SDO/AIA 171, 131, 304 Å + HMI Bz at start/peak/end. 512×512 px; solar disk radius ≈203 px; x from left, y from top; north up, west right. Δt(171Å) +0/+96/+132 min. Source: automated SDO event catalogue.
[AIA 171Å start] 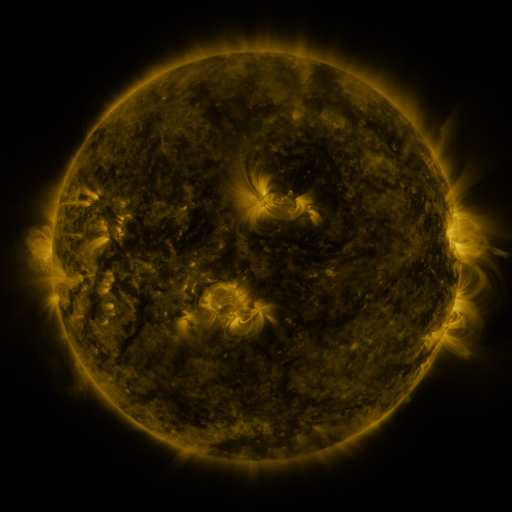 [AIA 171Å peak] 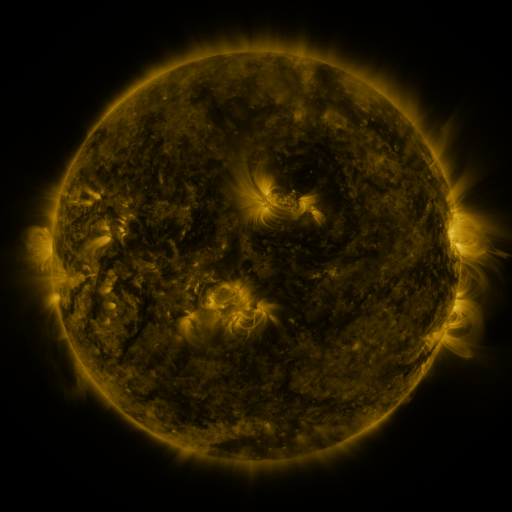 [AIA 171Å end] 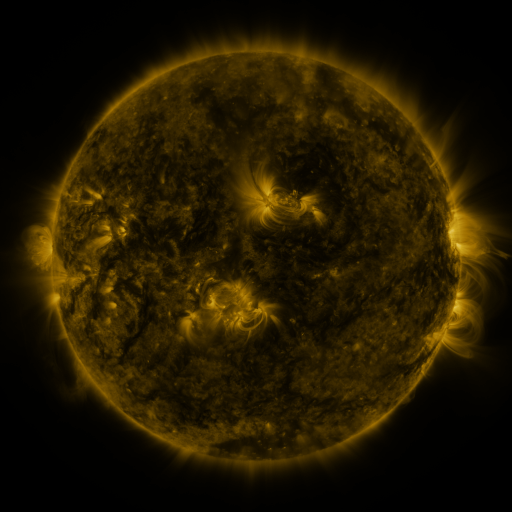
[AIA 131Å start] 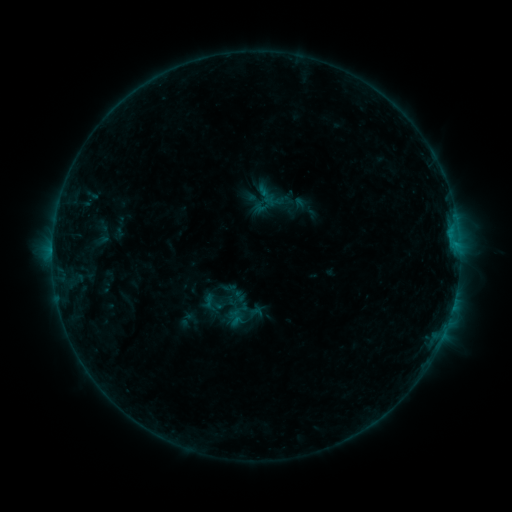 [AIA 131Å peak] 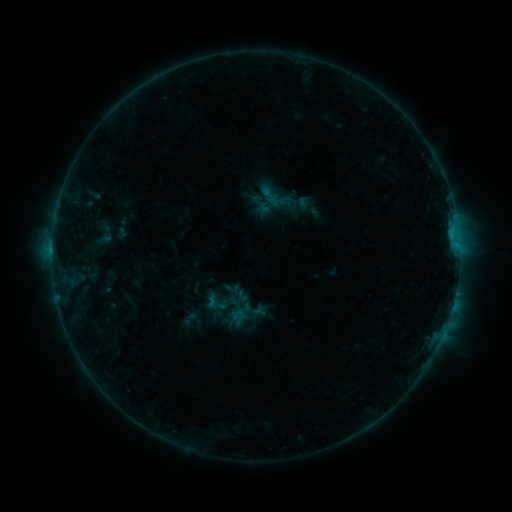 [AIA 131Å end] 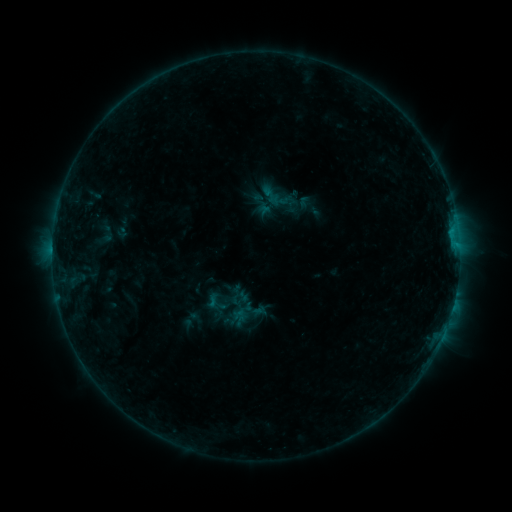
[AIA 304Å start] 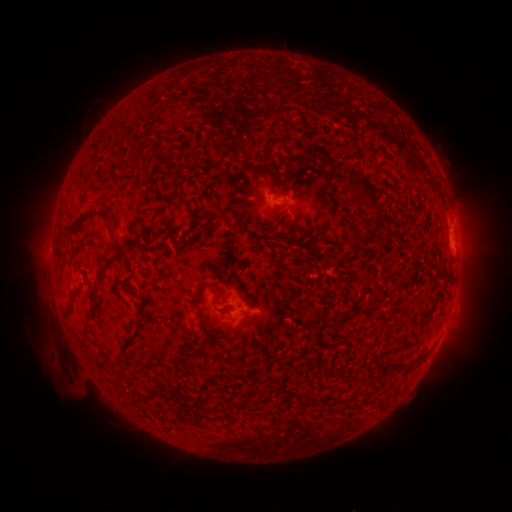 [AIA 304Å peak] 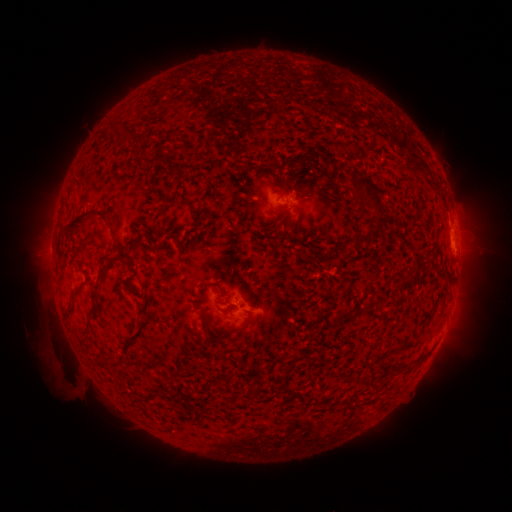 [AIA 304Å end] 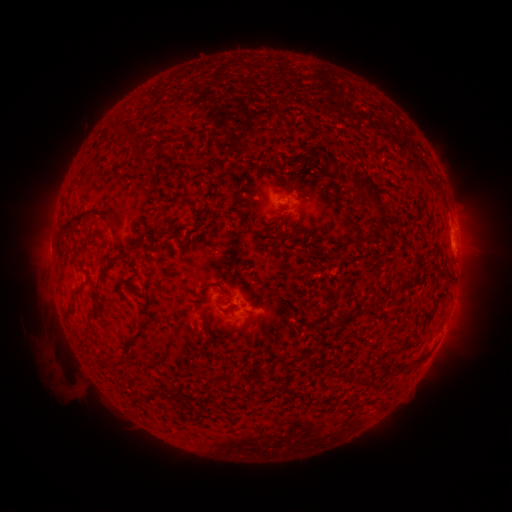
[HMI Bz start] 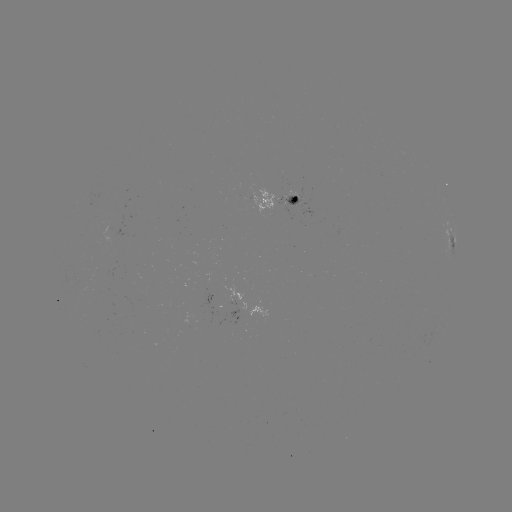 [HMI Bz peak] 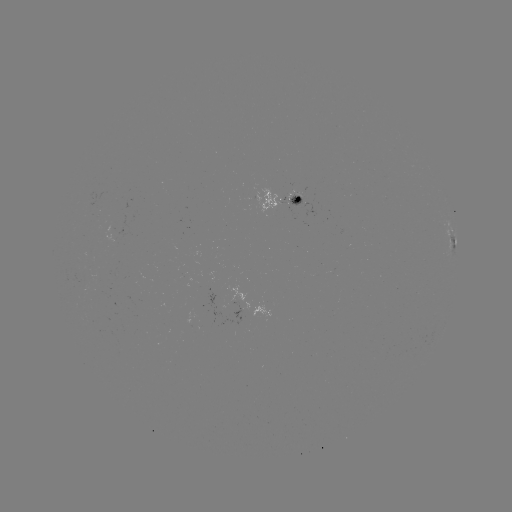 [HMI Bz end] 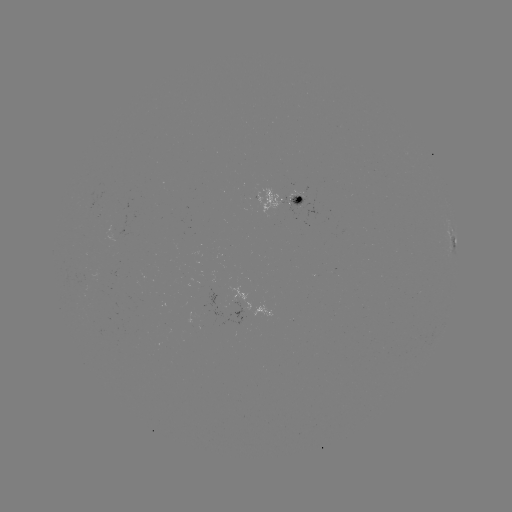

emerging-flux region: <bbox>196, 273, 222, 315</bbox>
